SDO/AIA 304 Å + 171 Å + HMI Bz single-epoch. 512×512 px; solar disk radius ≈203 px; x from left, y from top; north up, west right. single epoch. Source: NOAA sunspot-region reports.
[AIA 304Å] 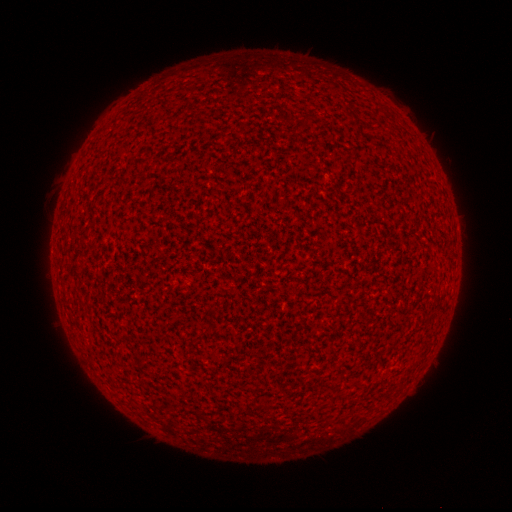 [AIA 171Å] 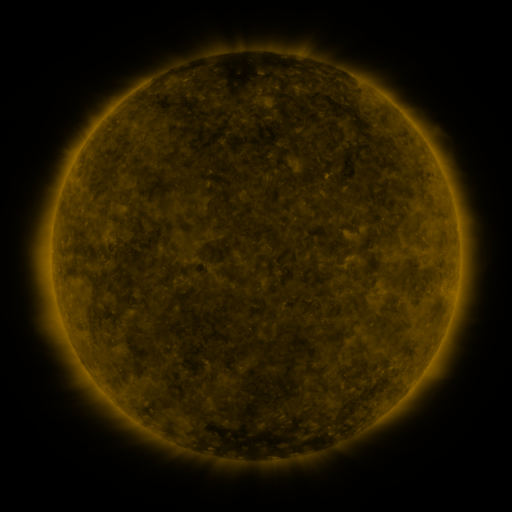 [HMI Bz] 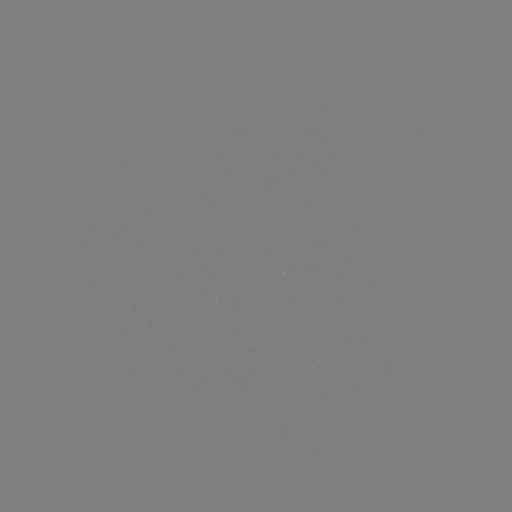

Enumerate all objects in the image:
(none)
